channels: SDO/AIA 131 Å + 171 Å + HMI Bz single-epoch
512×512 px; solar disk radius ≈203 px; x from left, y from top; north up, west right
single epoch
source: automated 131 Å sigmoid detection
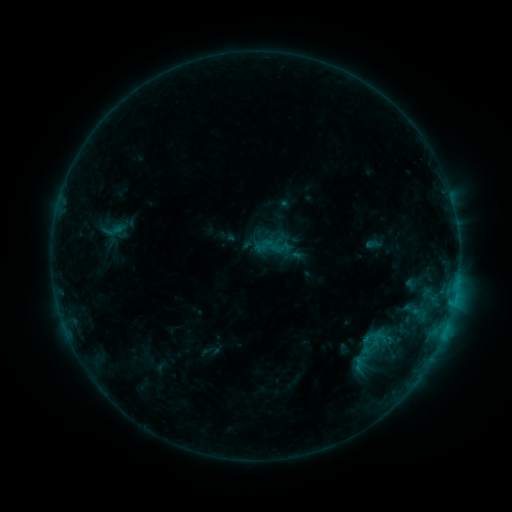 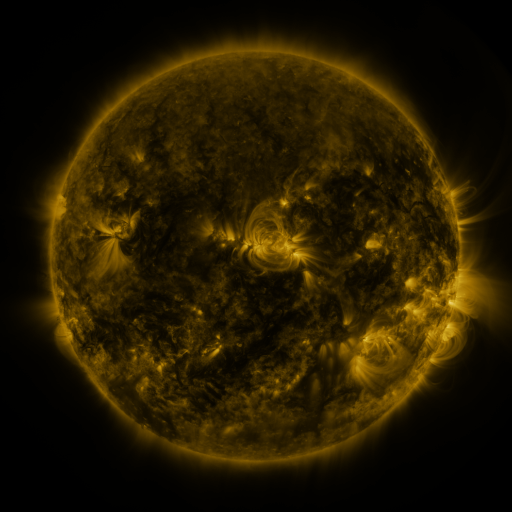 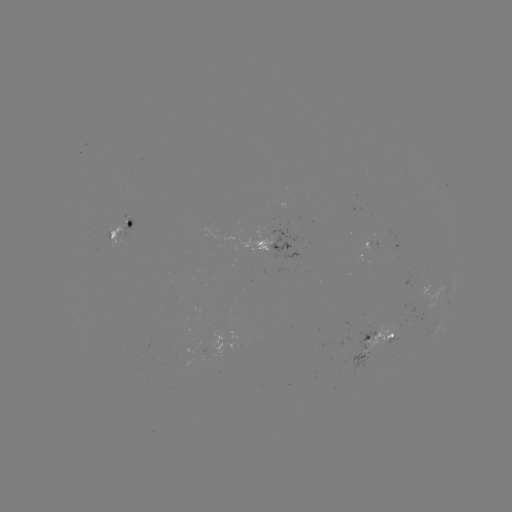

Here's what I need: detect sigmoid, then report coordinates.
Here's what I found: sigmoid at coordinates (373, 351).